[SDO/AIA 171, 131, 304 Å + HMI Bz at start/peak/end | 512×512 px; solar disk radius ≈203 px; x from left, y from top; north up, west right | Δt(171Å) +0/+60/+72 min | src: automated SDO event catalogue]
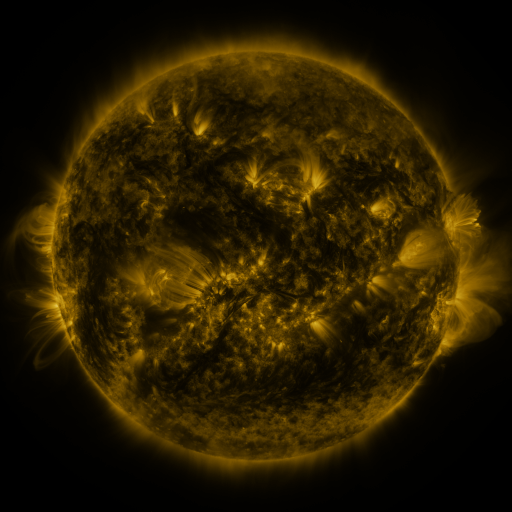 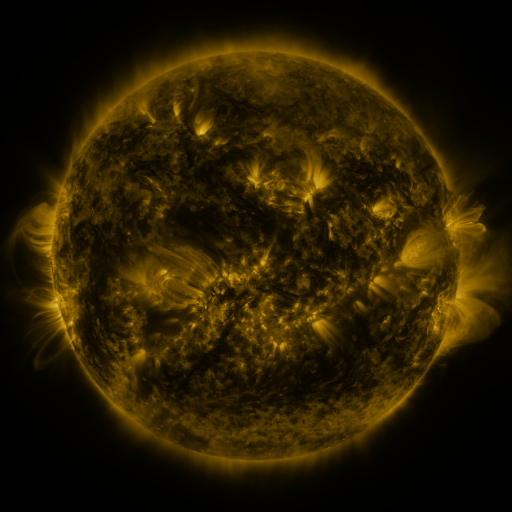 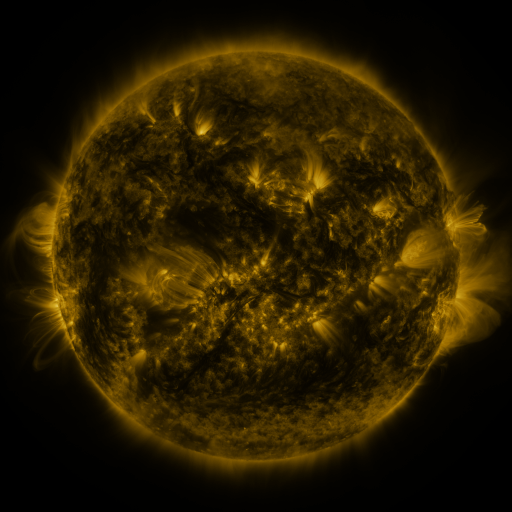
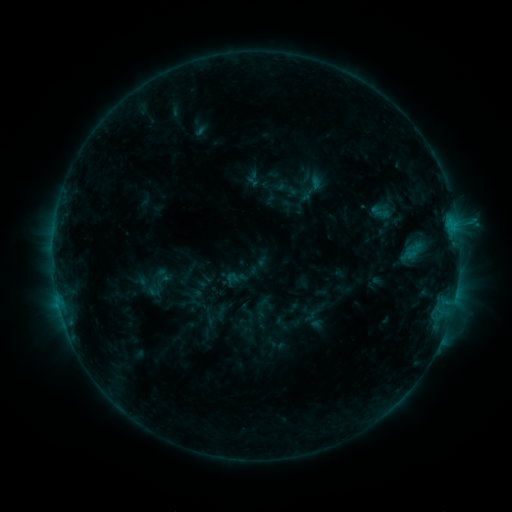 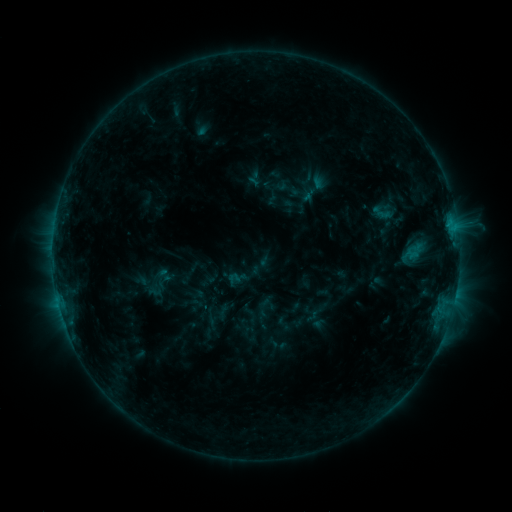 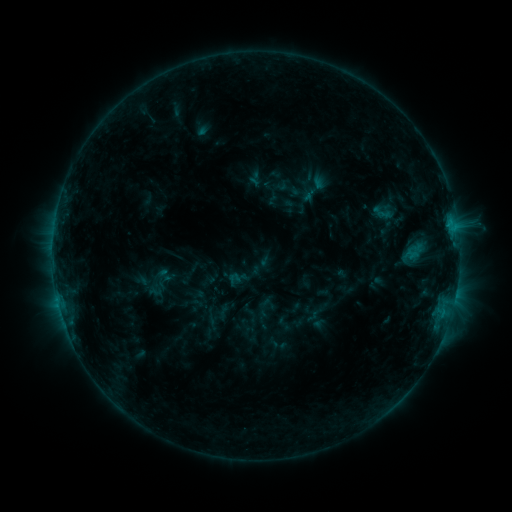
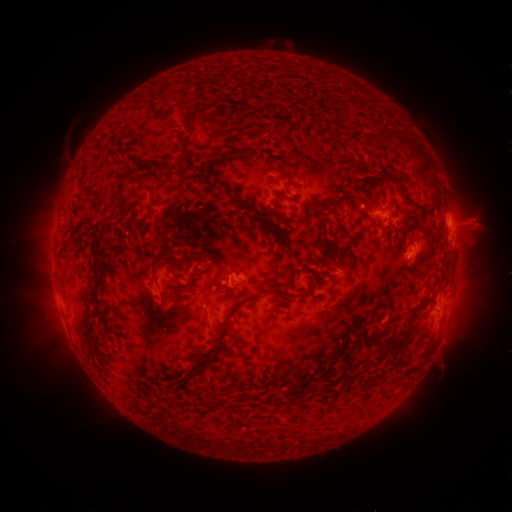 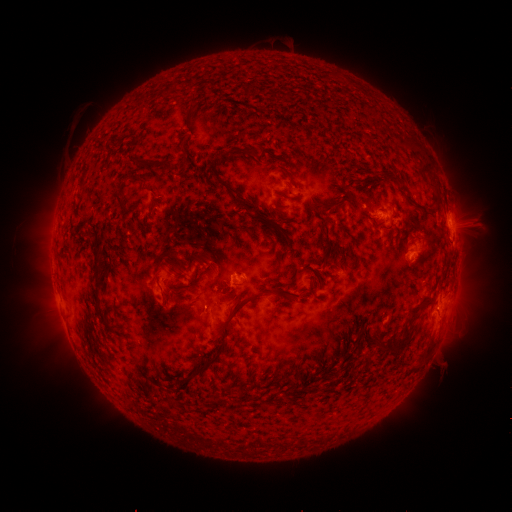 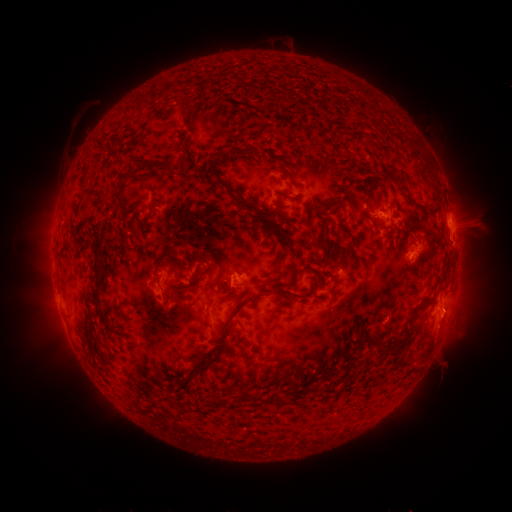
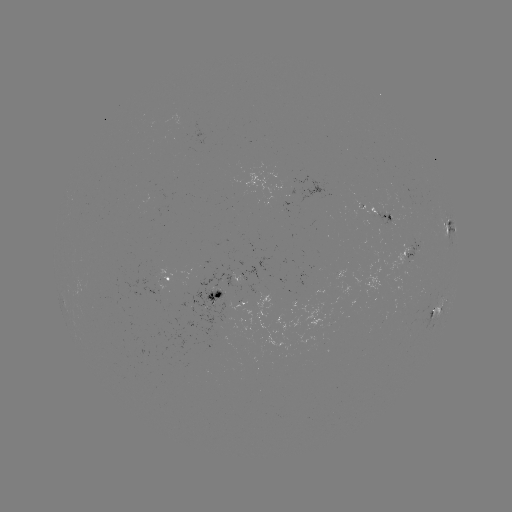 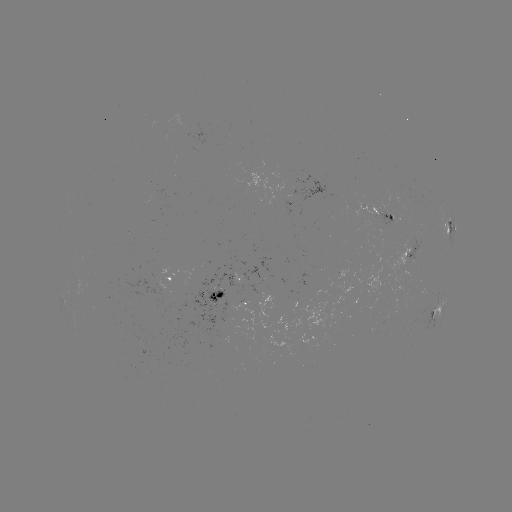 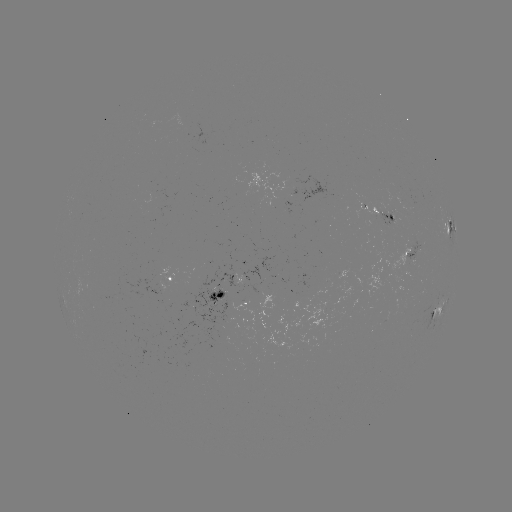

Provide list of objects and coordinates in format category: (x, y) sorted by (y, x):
emerging-flux region: (411, 262)
